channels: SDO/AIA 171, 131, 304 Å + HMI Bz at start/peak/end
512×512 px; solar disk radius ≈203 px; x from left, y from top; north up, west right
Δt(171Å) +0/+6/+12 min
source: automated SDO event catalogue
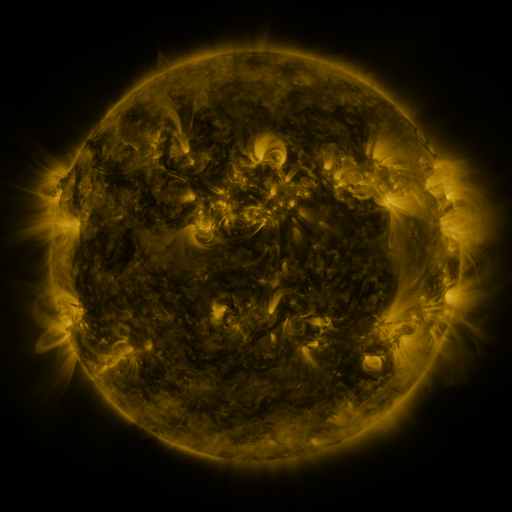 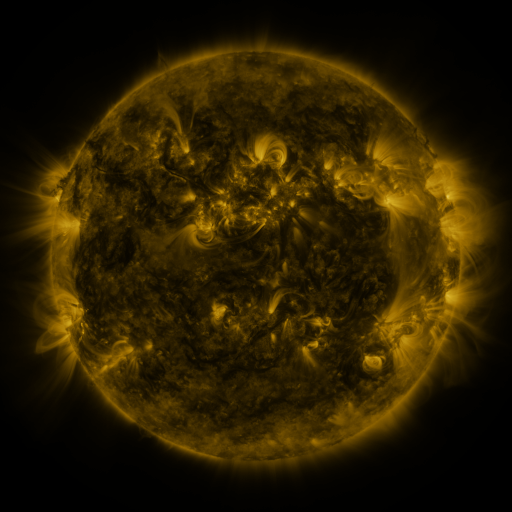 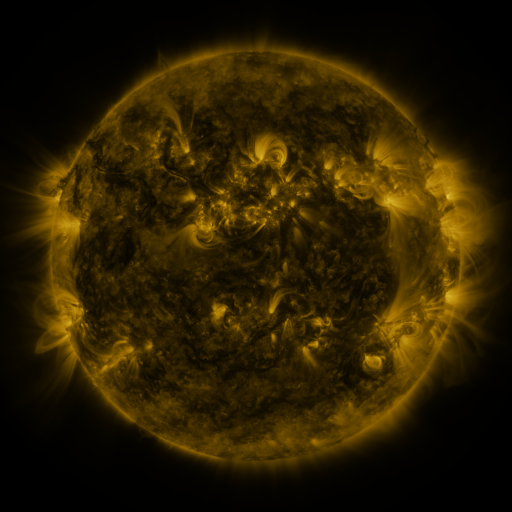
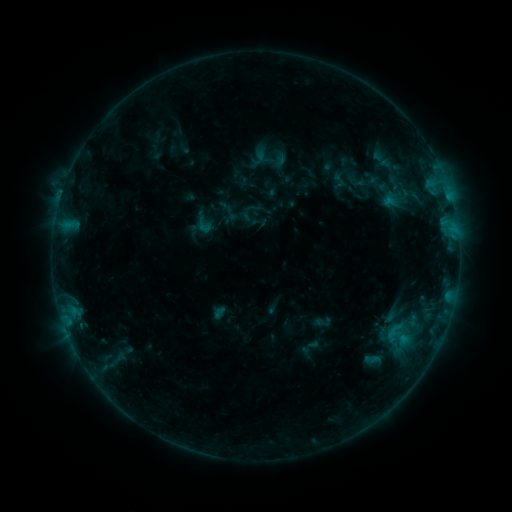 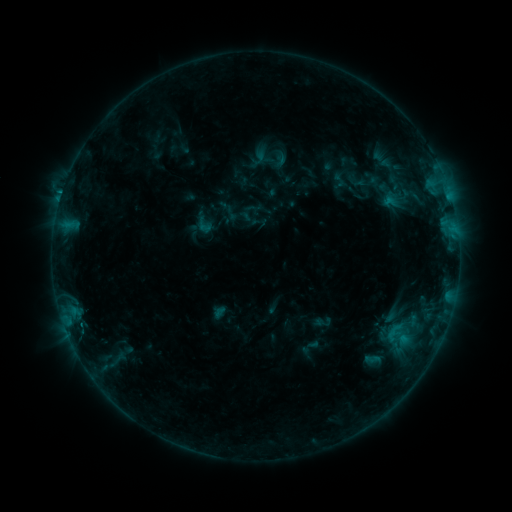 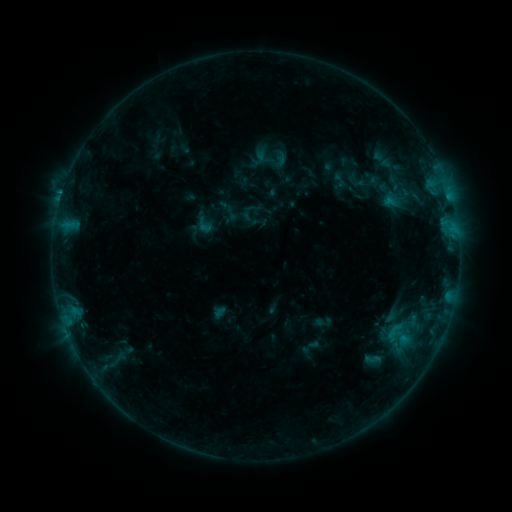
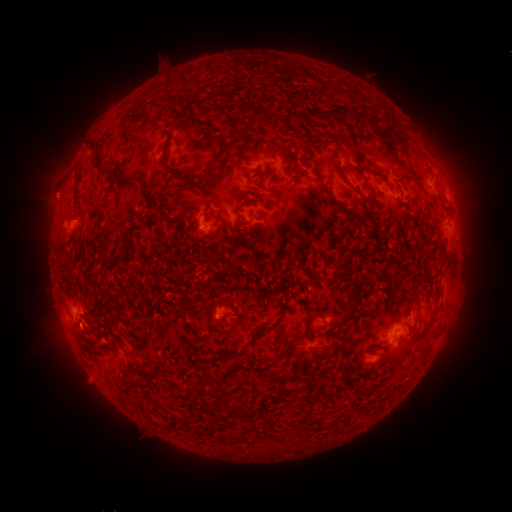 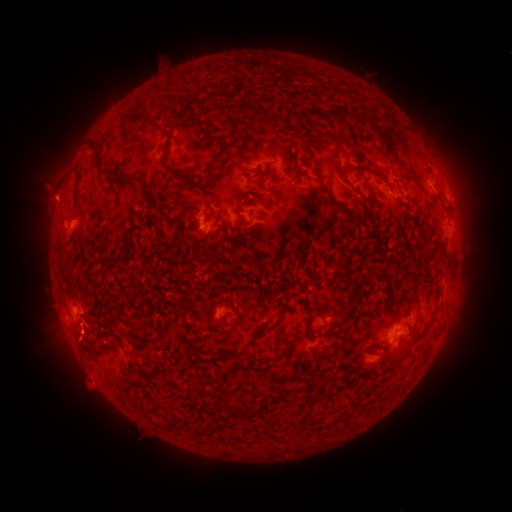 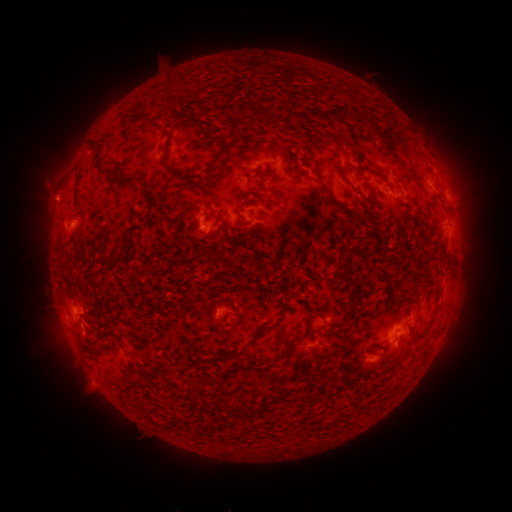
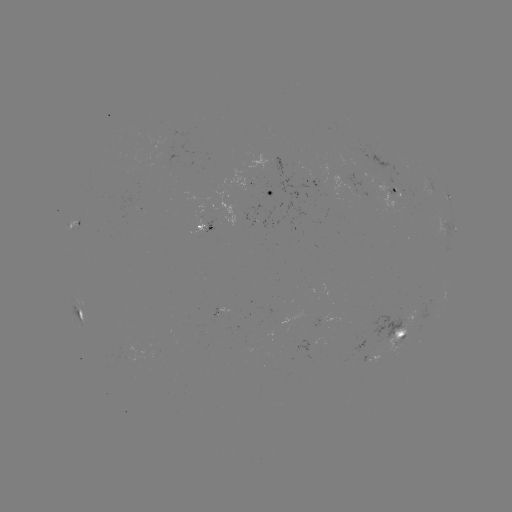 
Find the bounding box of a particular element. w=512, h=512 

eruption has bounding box [51, 316, 107, 403].